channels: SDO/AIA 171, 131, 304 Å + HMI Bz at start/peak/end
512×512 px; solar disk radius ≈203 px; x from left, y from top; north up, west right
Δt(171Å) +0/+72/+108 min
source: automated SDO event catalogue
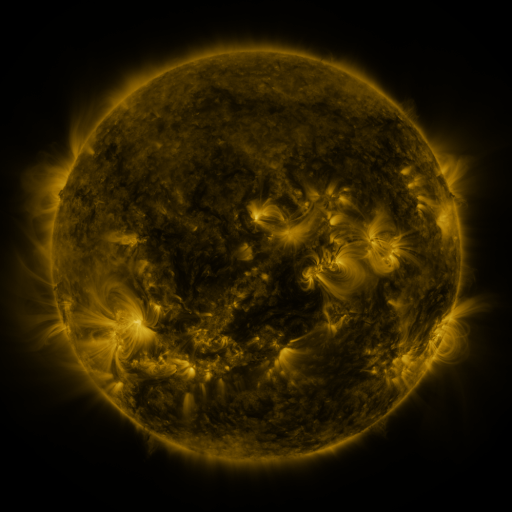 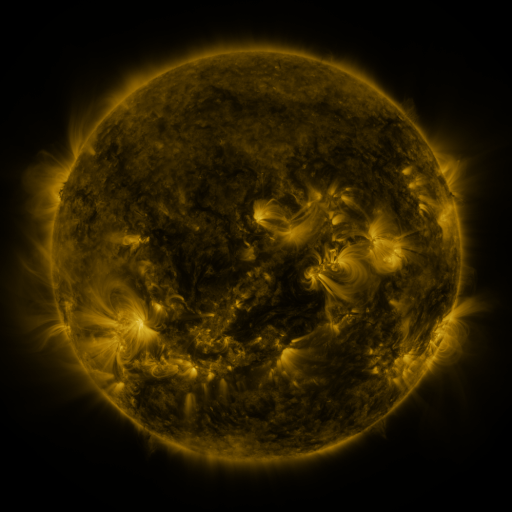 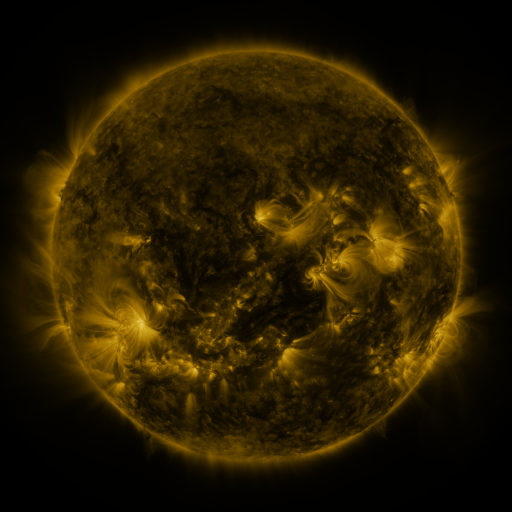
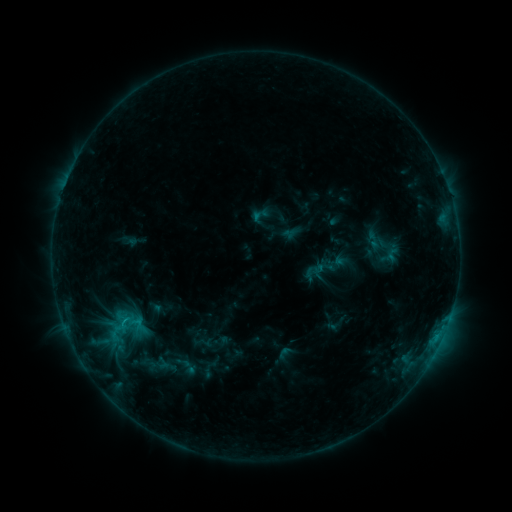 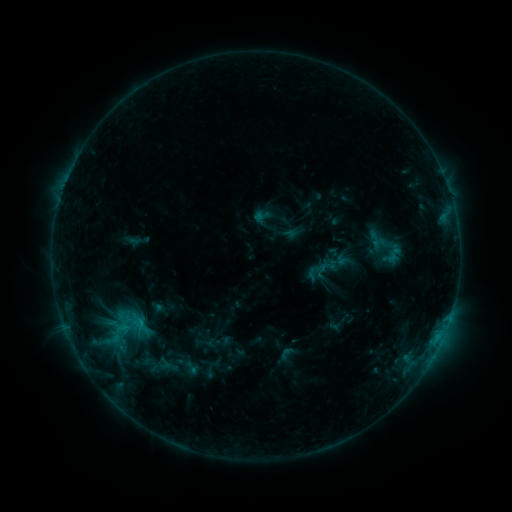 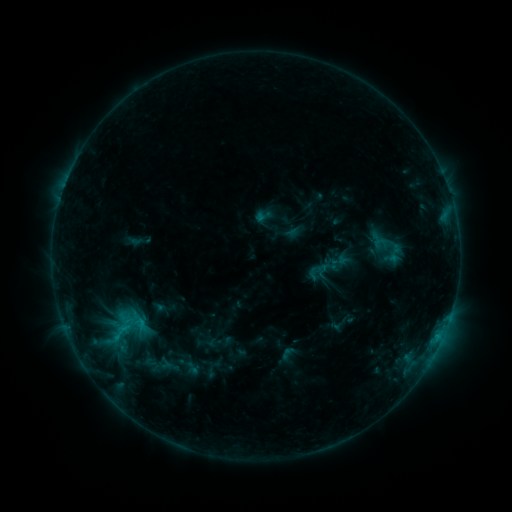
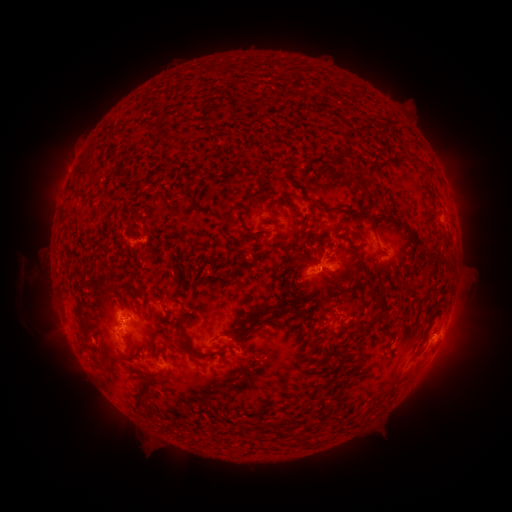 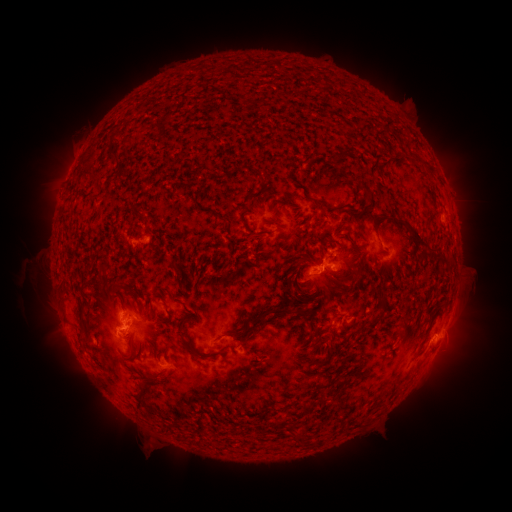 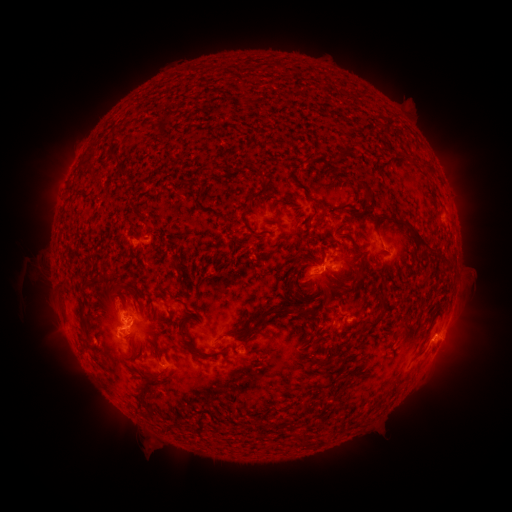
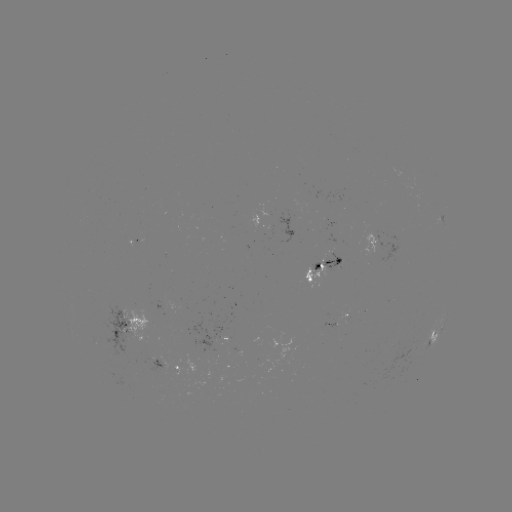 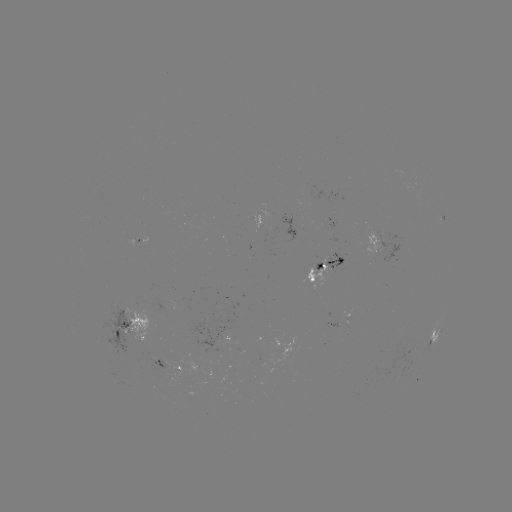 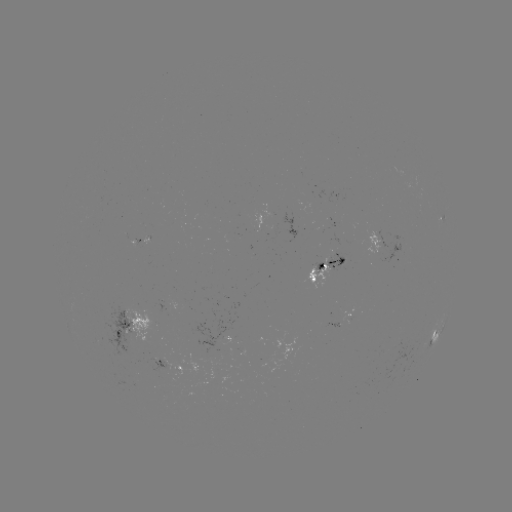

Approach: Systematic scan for emerging-flux region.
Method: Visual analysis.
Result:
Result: emerging-flux region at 336,220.